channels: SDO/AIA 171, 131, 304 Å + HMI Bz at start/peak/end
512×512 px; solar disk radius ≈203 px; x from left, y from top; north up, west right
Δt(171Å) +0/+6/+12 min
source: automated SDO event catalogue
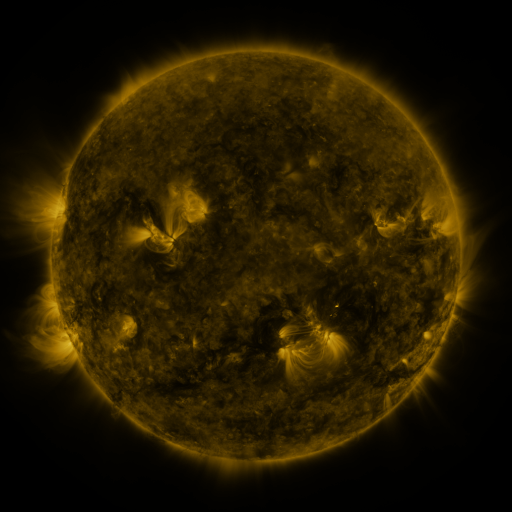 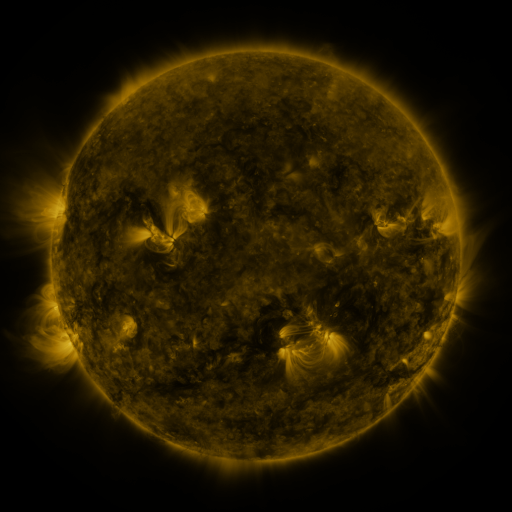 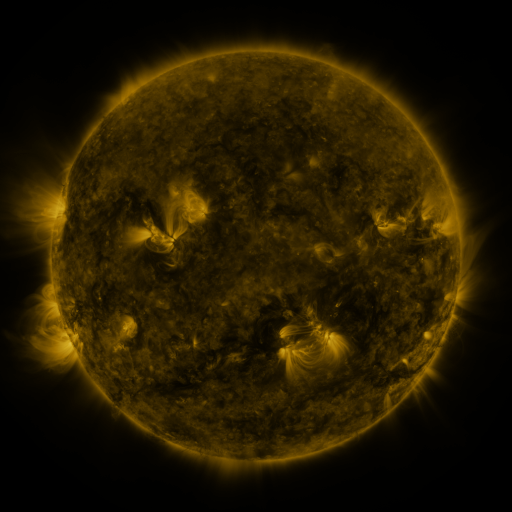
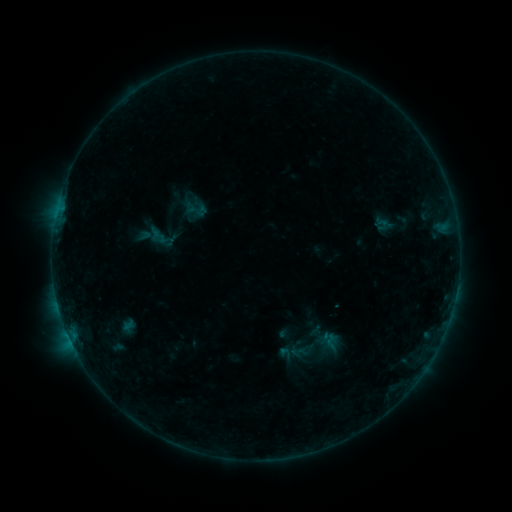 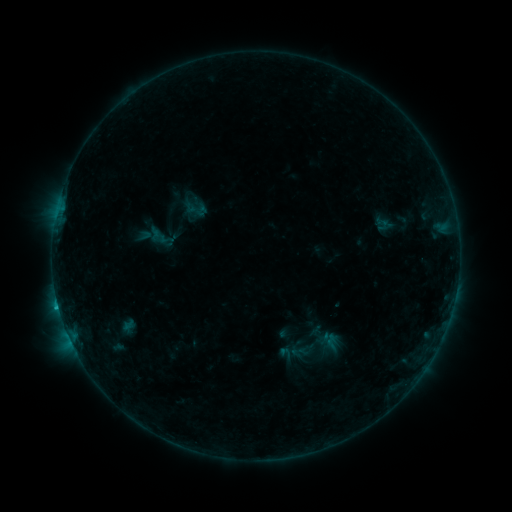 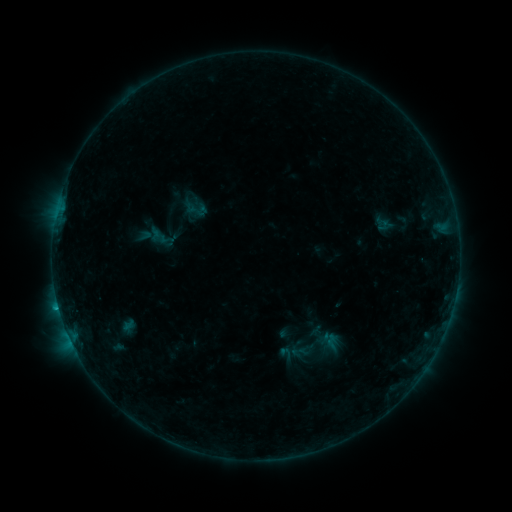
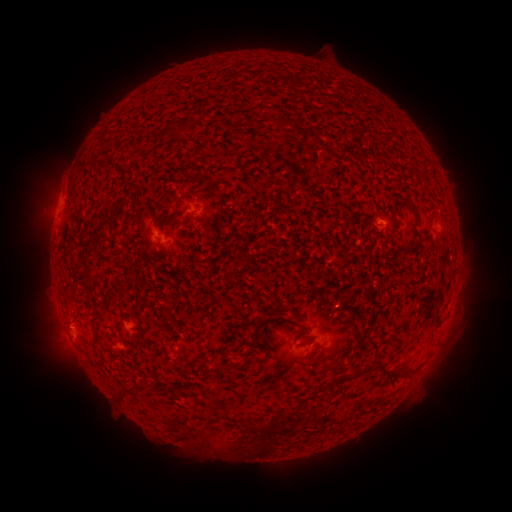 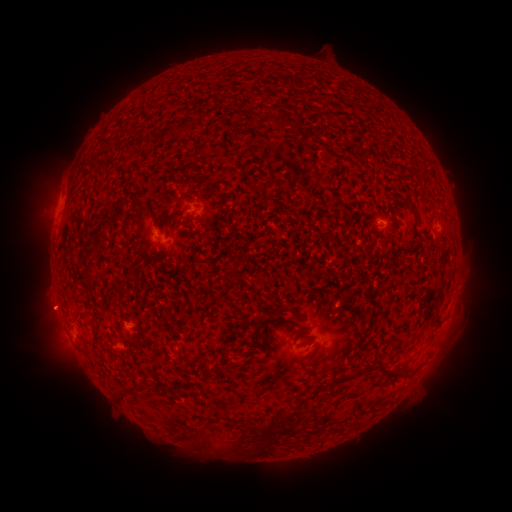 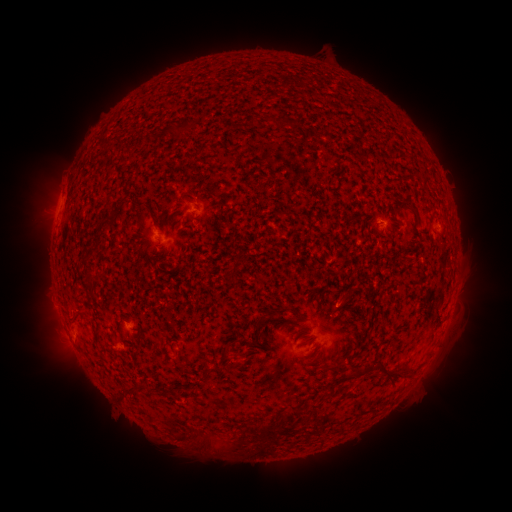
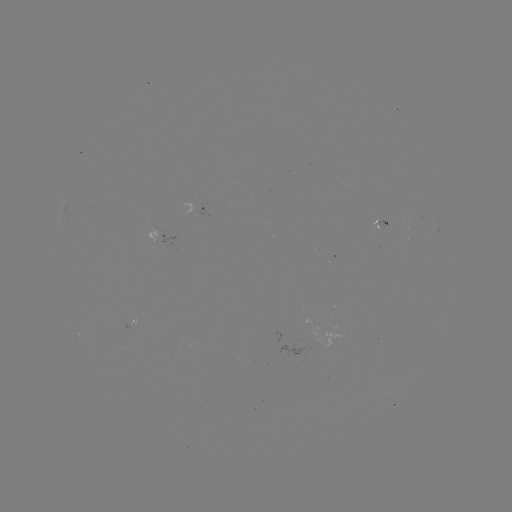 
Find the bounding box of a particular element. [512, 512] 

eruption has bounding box [27, 343, 78, 375].